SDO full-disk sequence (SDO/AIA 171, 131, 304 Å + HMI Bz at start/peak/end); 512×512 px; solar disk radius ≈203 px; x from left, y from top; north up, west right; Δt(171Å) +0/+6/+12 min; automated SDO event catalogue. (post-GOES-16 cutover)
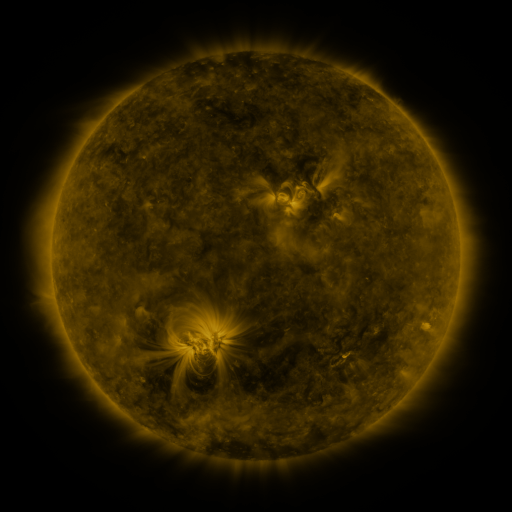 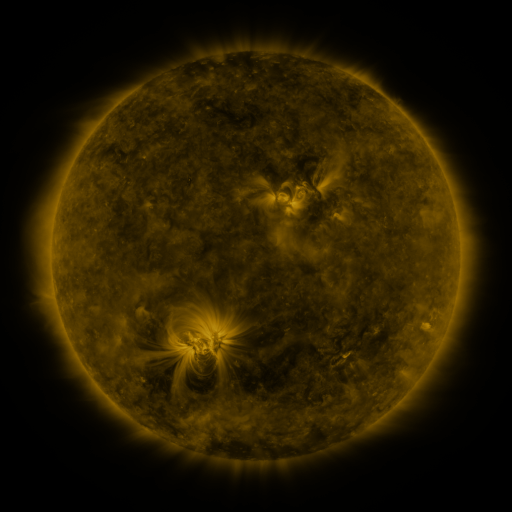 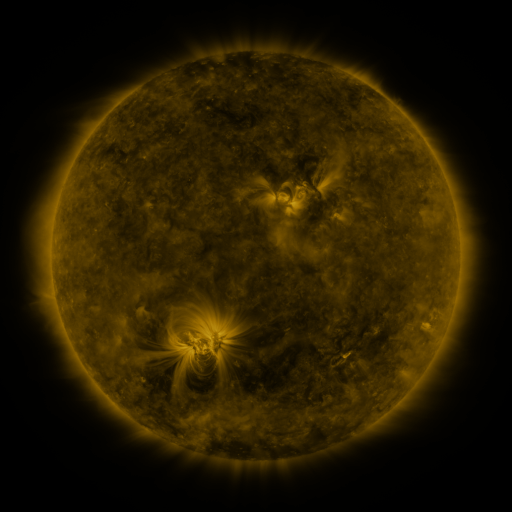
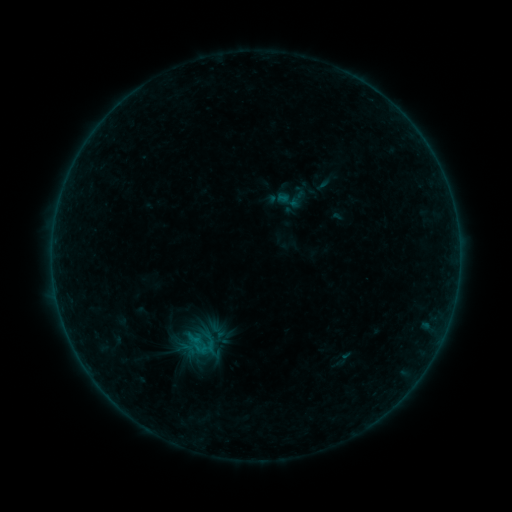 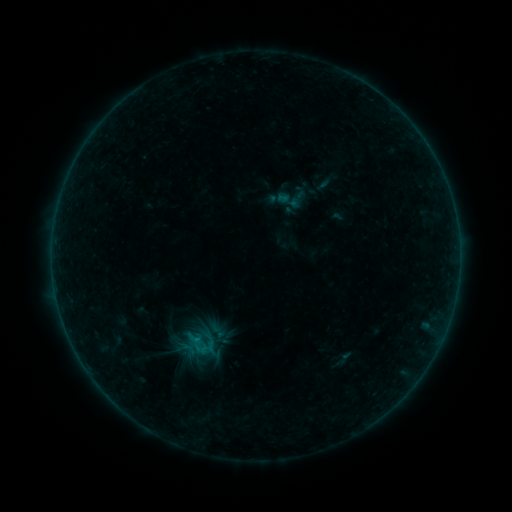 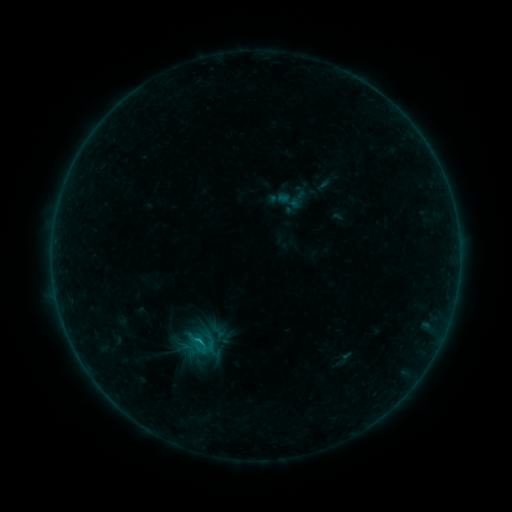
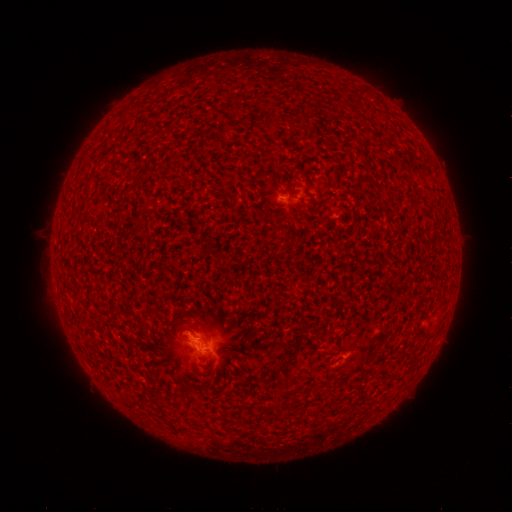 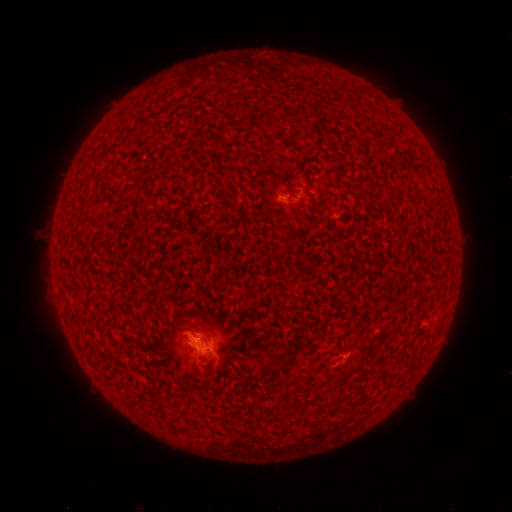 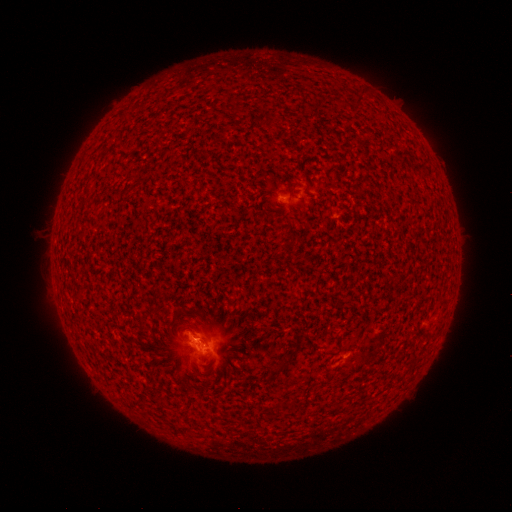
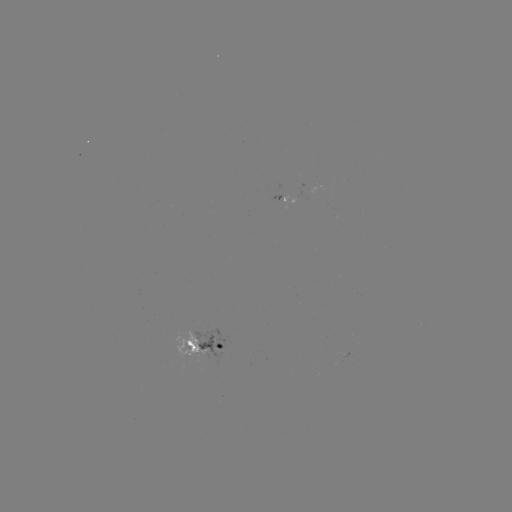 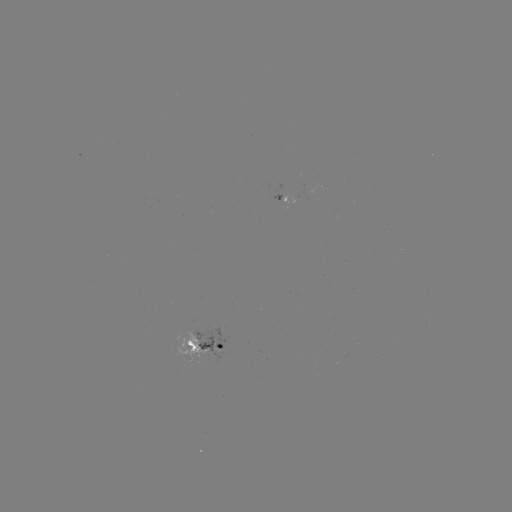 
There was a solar flare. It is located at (196, 337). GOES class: B6.4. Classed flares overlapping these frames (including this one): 1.